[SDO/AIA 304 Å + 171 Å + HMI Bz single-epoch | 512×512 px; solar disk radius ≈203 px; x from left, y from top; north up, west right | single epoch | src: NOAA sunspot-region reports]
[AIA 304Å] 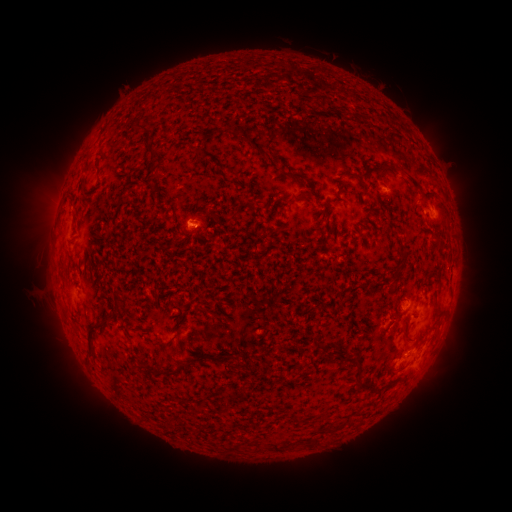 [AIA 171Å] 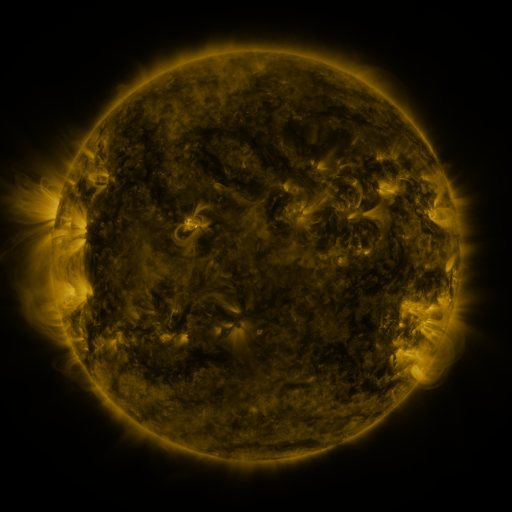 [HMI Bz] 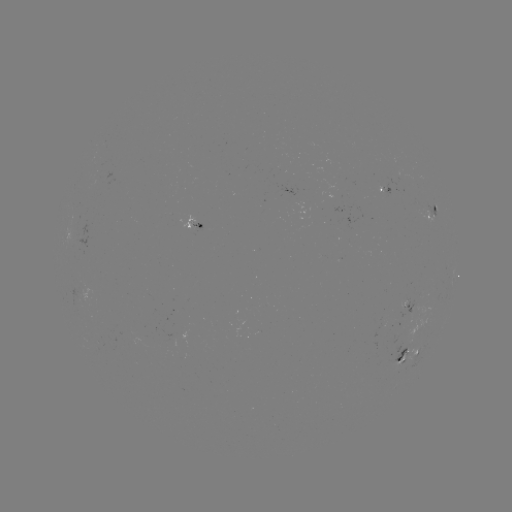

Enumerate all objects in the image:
spotted active region: (388, 192)
spotted active region: (431, 213)
spotted active region: (197, 223)
spotted active region: (411, 305)
spotted active region: (408, 357)
